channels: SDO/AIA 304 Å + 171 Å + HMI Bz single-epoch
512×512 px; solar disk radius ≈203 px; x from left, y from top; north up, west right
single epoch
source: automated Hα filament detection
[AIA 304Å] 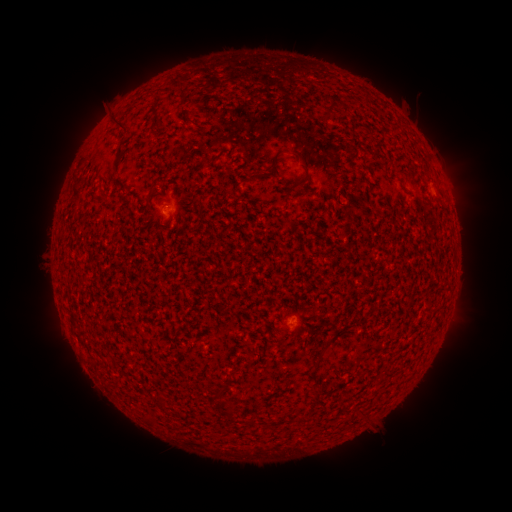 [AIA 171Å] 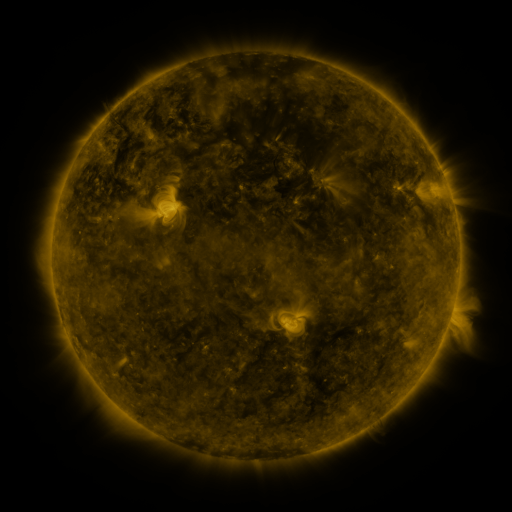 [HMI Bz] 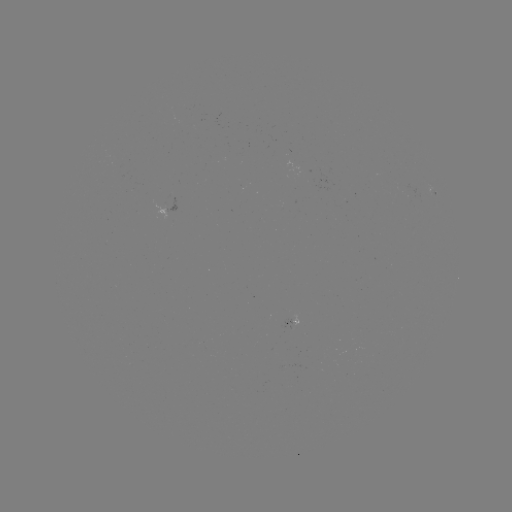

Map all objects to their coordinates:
filament: [174, 79, 191, 102]
filament: [325, 105, 335, 116]
filament: [112, 115, 128, 130]
filament: [118, 143, 125, 155]
filament: [270, 149, 312, 173]
filament: [316, 349, 324, 359]
filament: [214, 386, 222, 396]
filament: [221, 403, 232, 414]
